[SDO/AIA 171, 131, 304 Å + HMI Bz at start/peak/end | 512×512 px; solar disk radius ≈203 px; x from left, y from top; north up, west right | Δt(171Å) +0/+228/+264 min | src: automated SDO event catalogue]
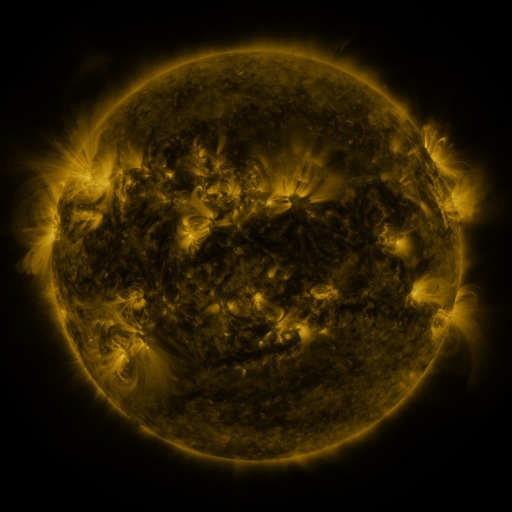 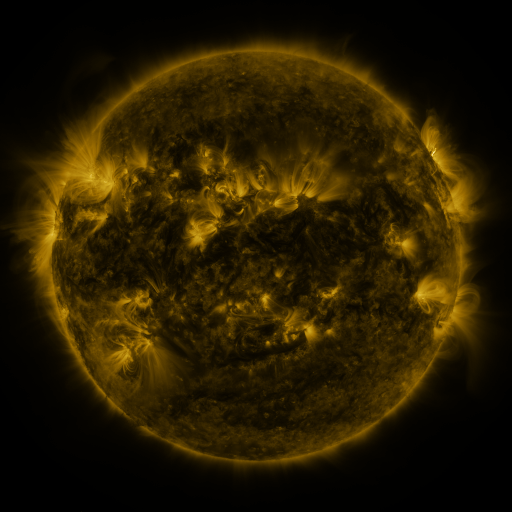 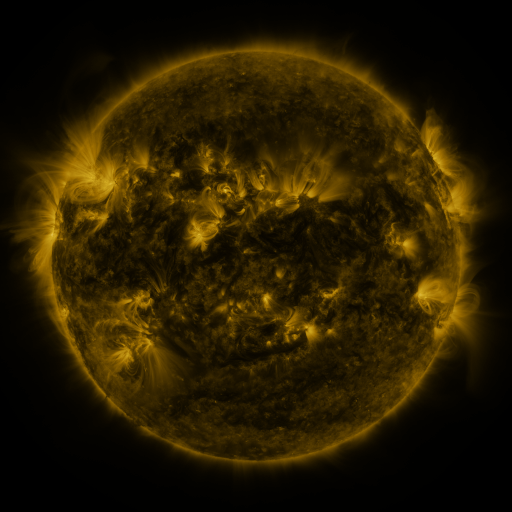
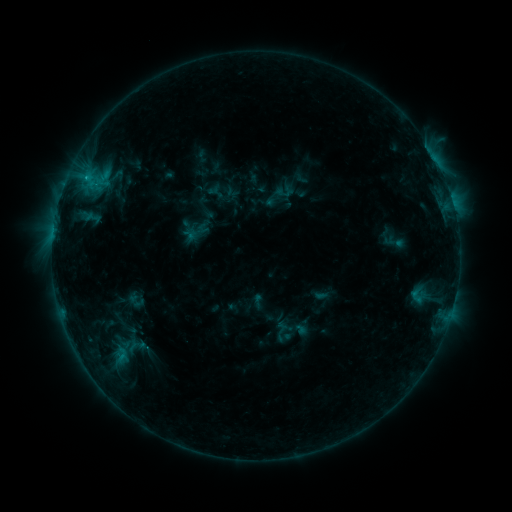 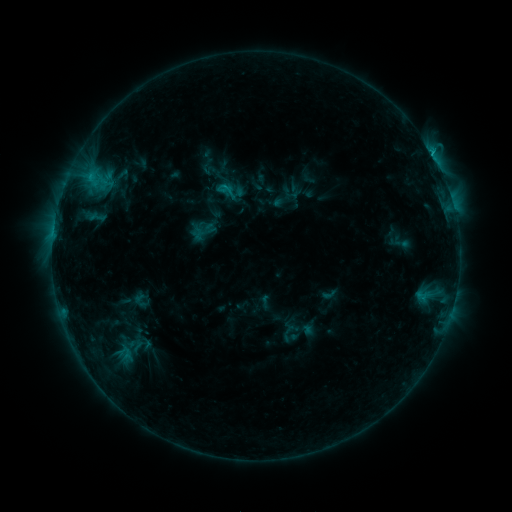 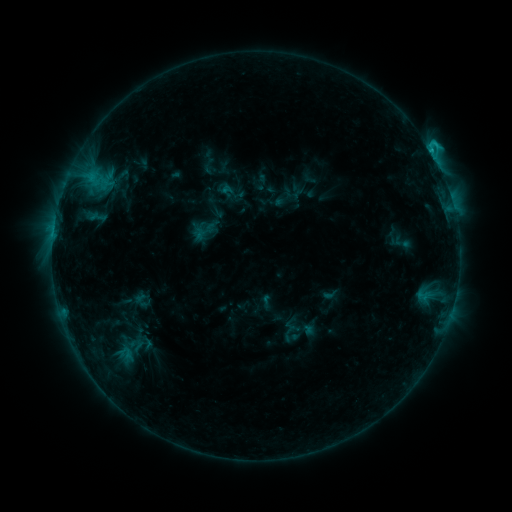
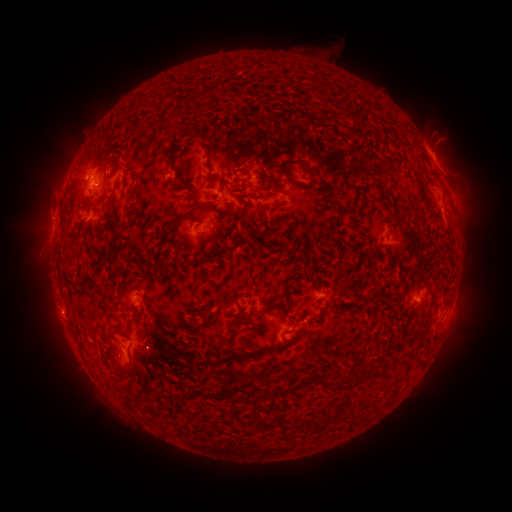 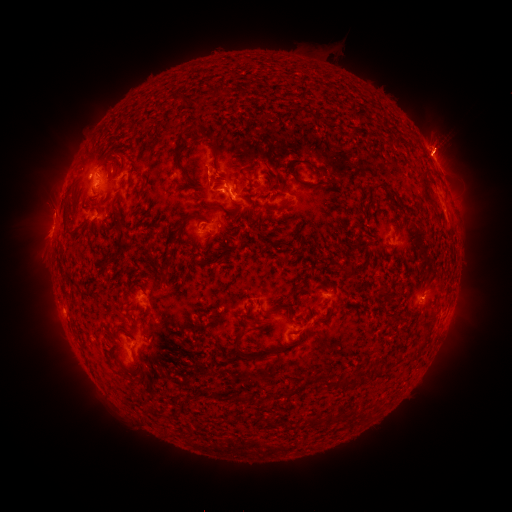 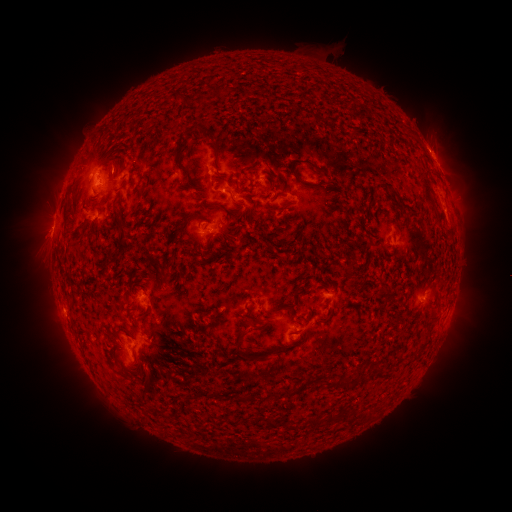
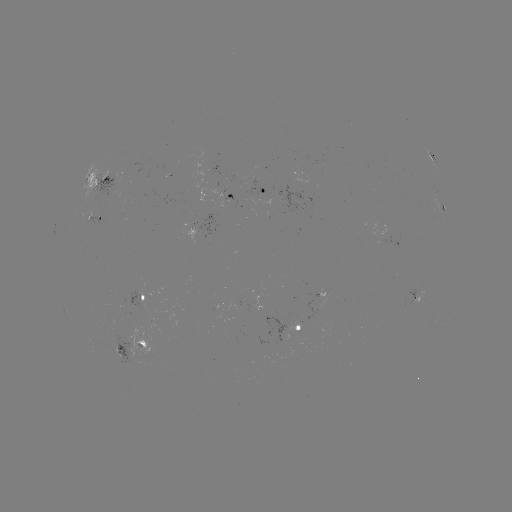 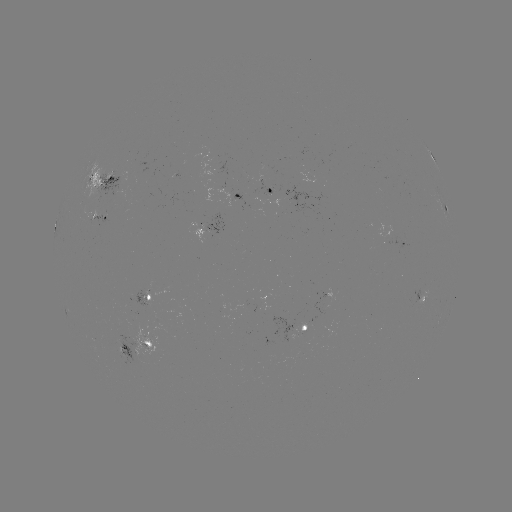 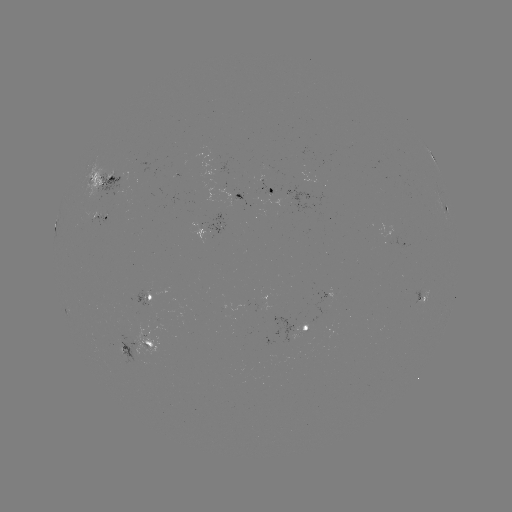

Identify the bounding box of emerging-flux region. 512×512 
[250, 300, 257, 314].